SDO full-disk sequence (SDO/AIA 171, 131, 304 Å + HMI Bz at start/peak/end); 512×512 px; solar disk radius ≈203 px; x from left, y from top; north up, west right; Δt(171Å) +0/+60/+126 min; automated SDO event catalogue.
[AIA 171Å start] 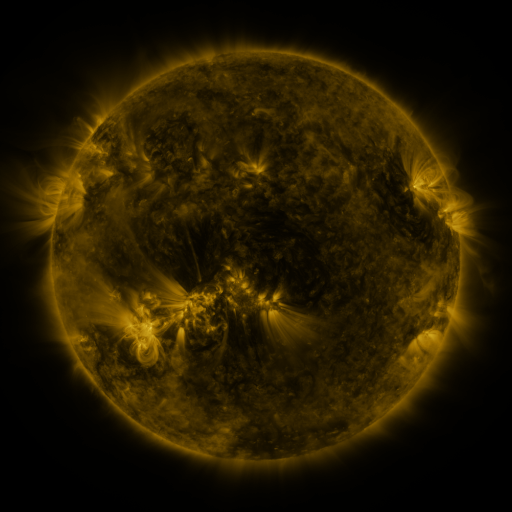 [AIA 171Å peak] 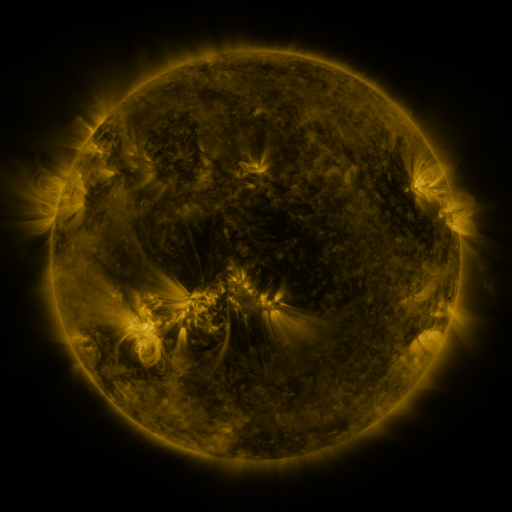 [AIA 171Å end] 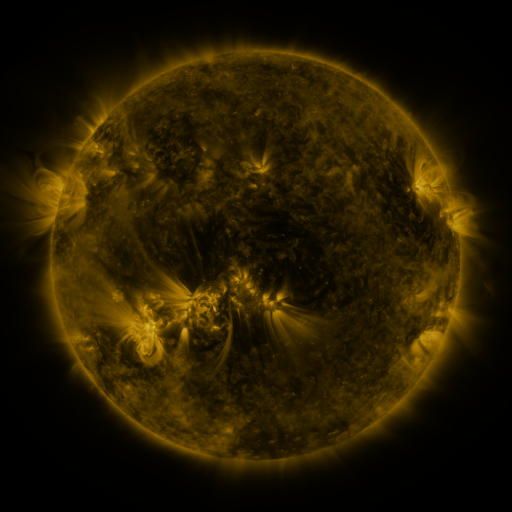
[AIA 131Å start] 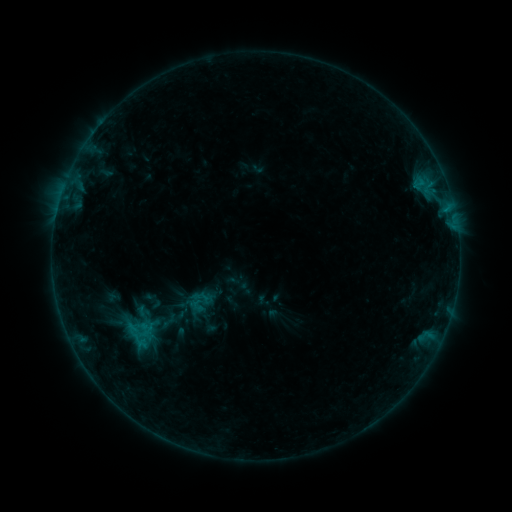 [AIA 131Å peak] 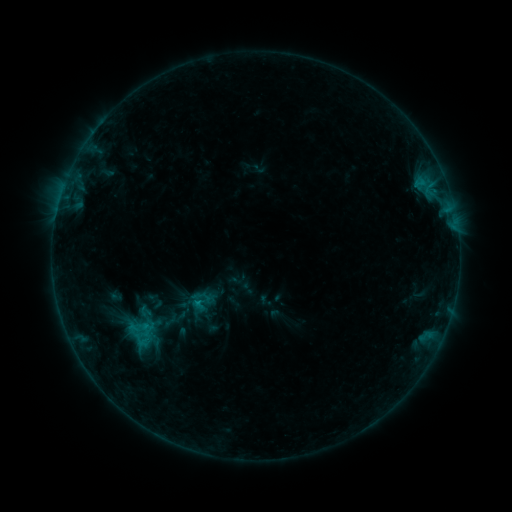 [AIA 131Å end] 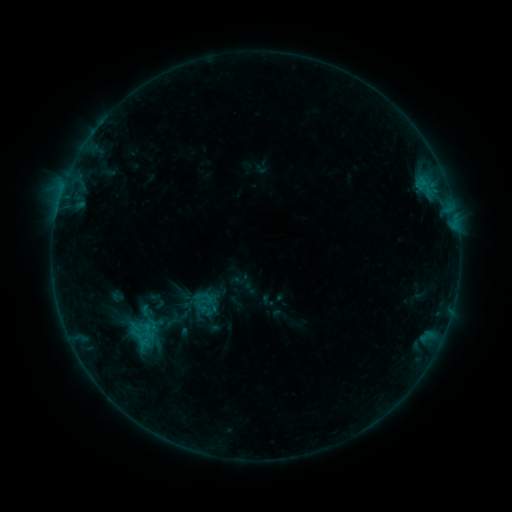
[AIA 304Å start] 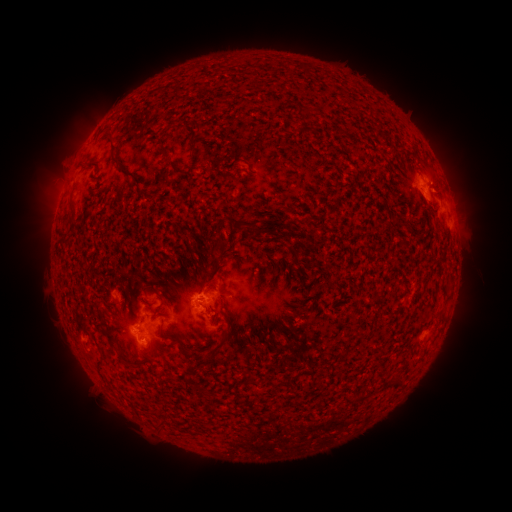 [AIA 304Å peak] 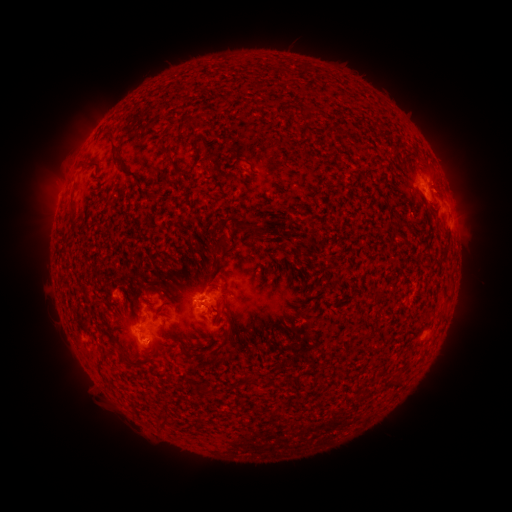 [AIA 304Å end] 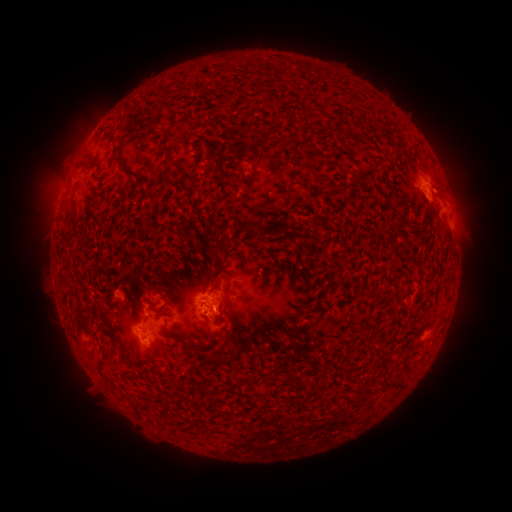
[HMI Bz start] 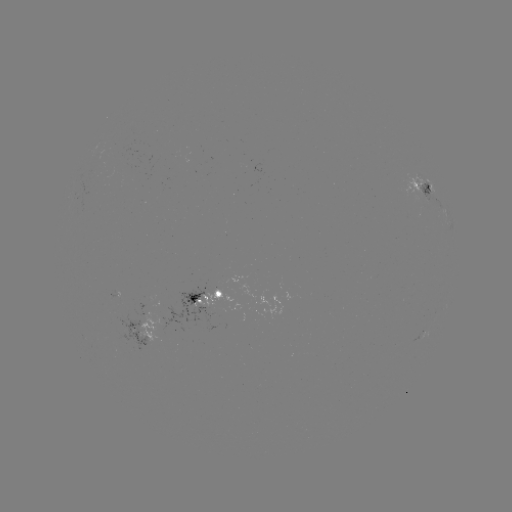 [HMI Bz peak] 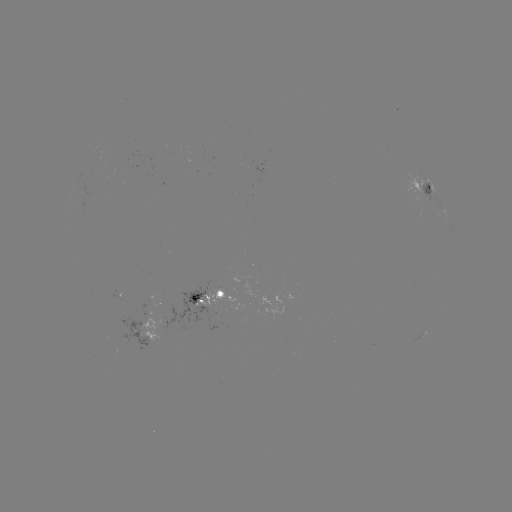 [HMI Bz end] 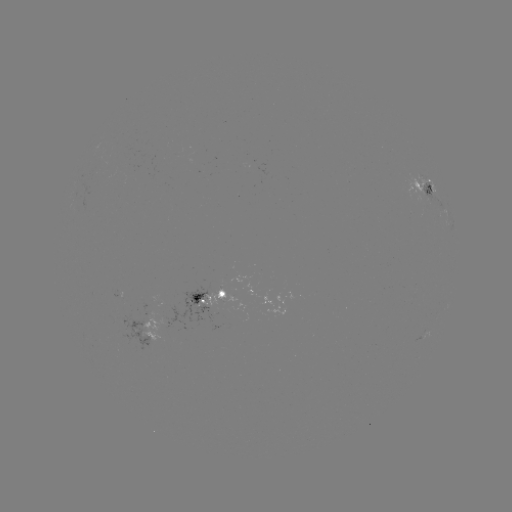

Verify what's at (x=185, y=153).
filament eruption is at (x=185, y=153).